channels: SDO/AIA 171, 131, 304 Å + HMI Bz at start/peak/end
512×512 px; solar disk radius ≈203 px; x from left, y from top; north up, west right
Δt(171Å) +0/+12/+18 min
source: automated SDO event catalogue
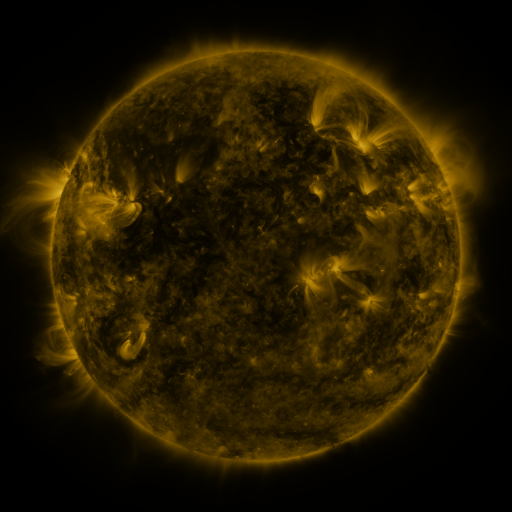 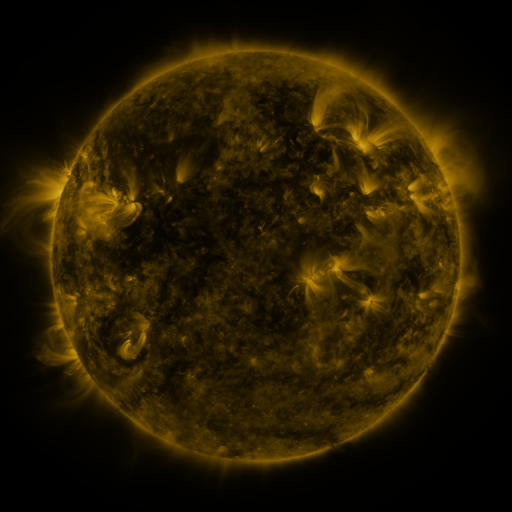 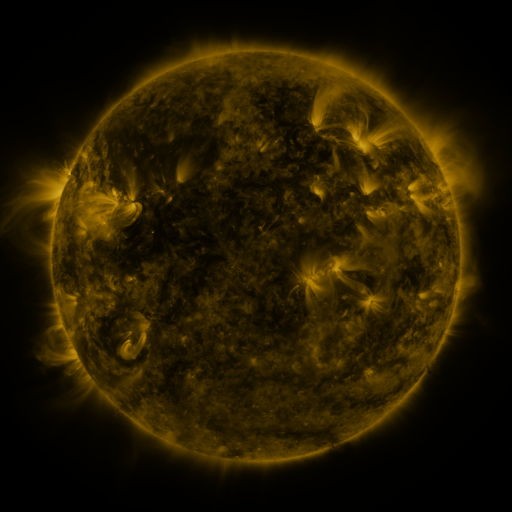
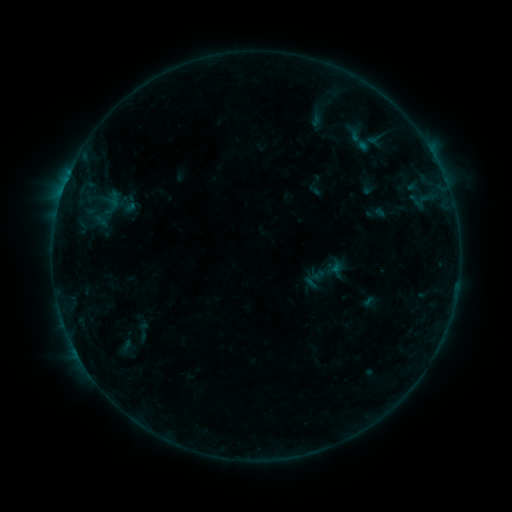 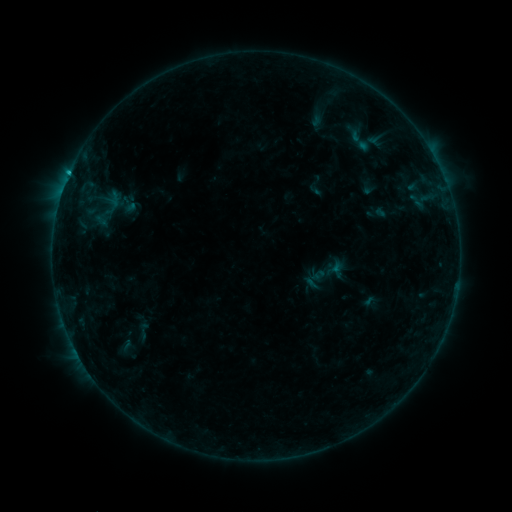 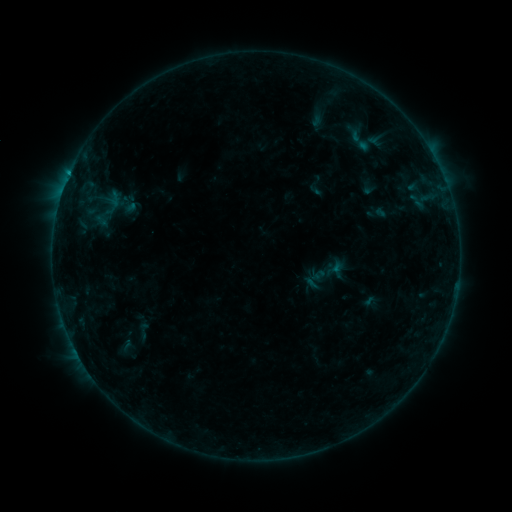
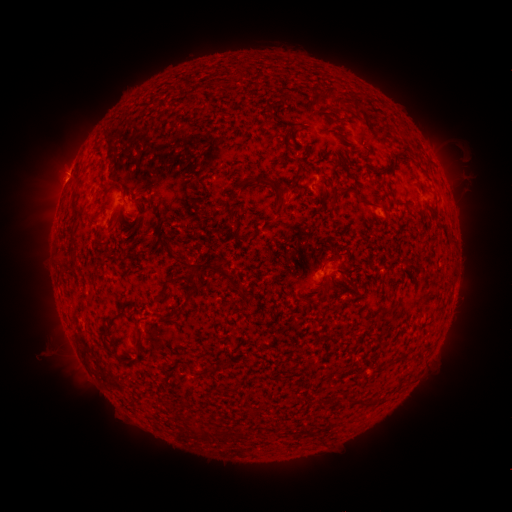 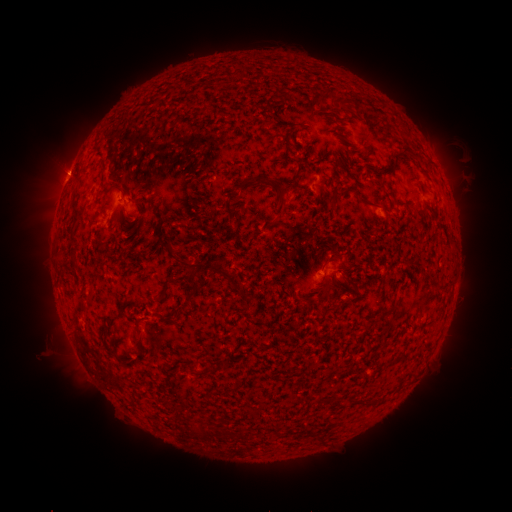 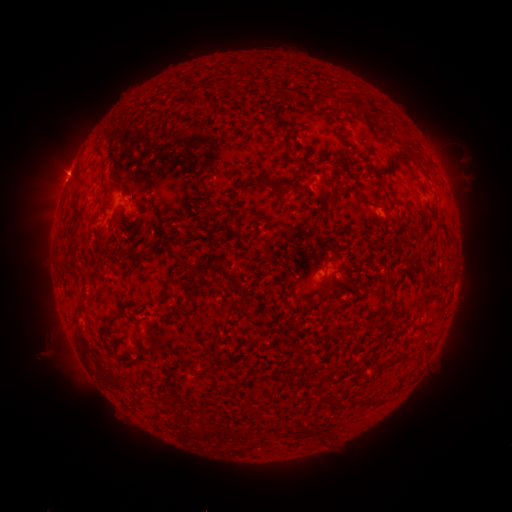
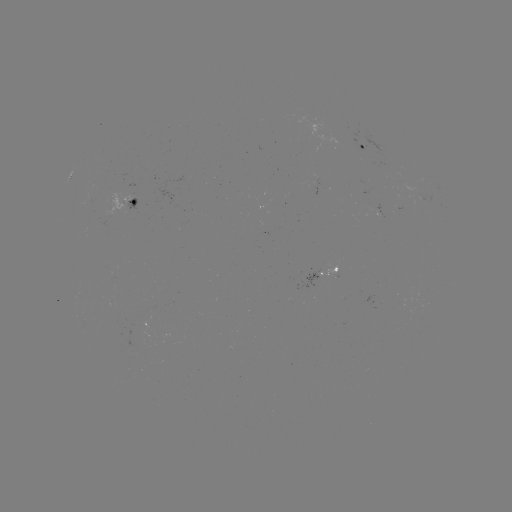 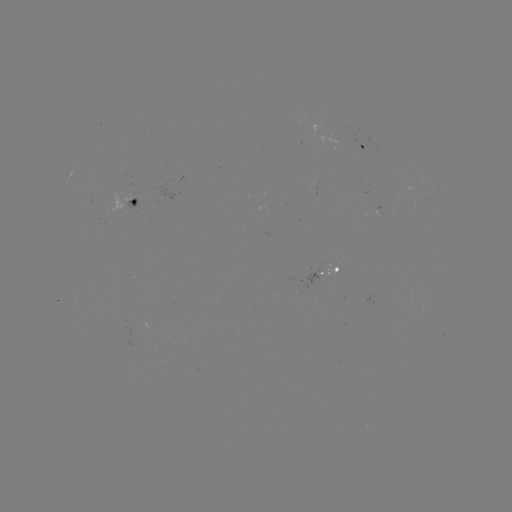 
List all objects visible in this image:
B5.8 flare: (69, 176)
